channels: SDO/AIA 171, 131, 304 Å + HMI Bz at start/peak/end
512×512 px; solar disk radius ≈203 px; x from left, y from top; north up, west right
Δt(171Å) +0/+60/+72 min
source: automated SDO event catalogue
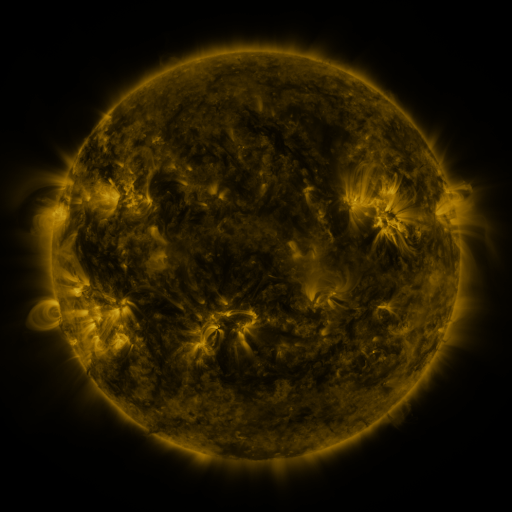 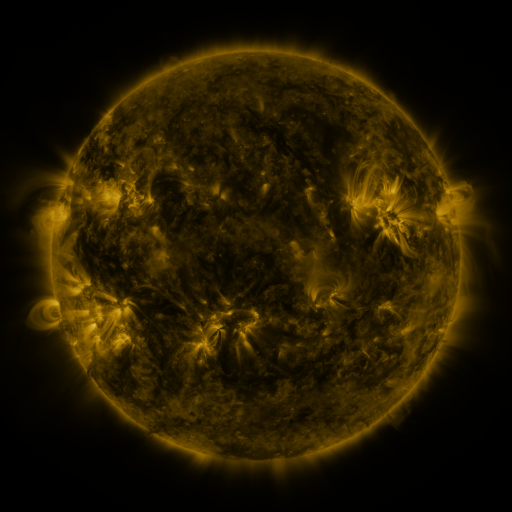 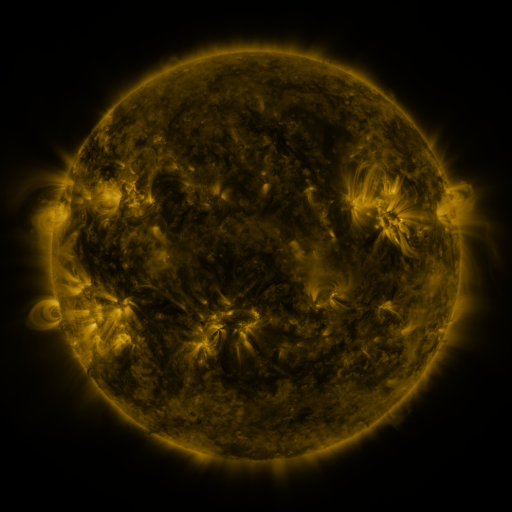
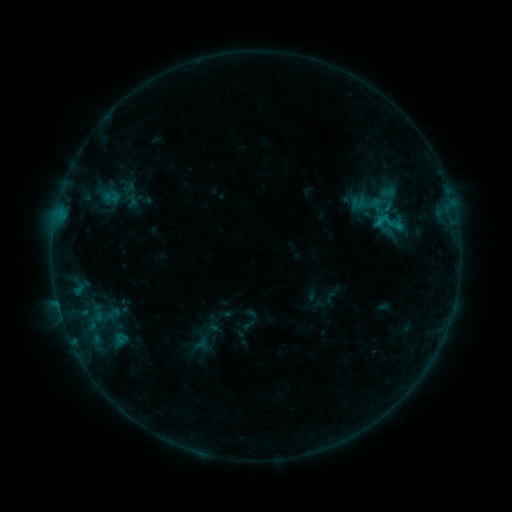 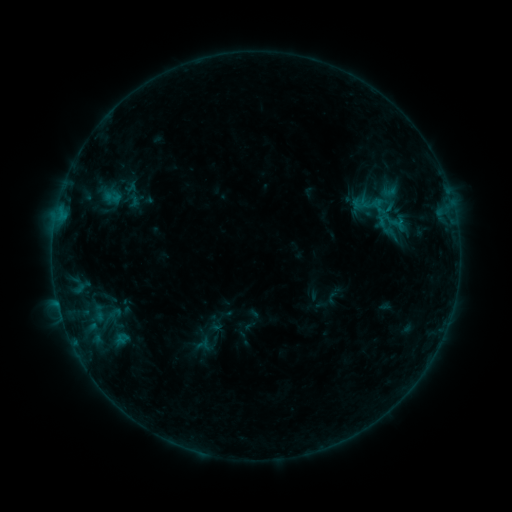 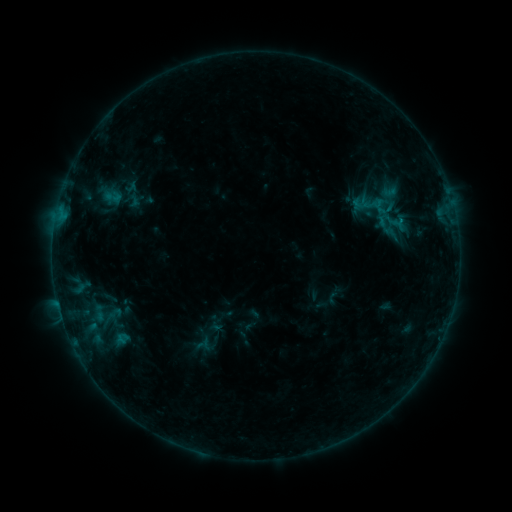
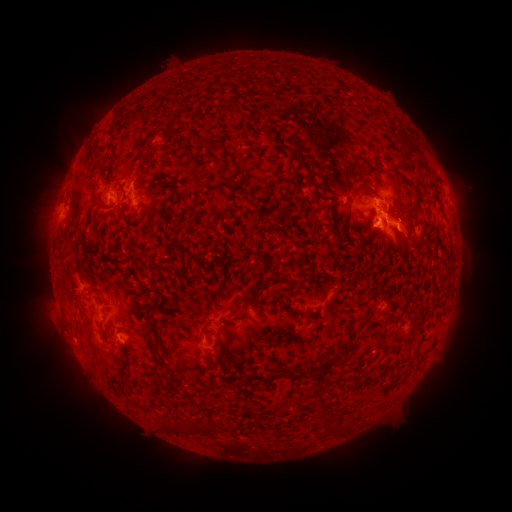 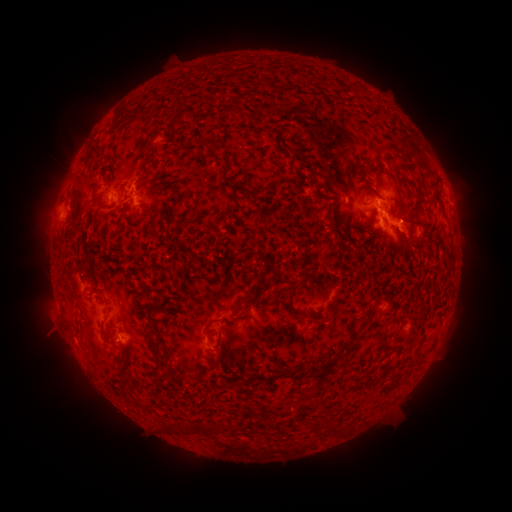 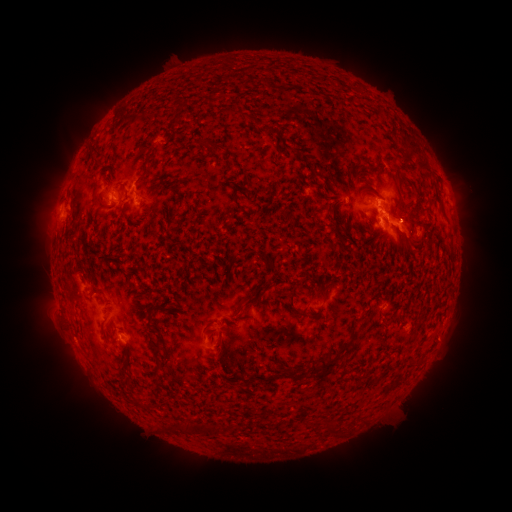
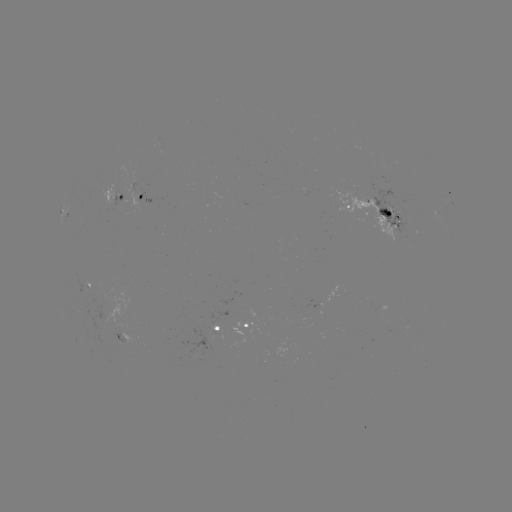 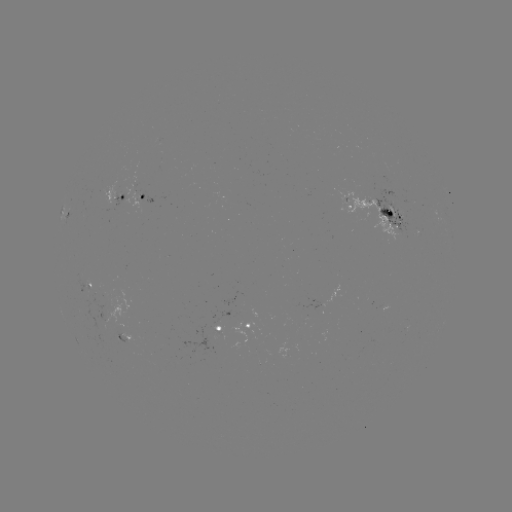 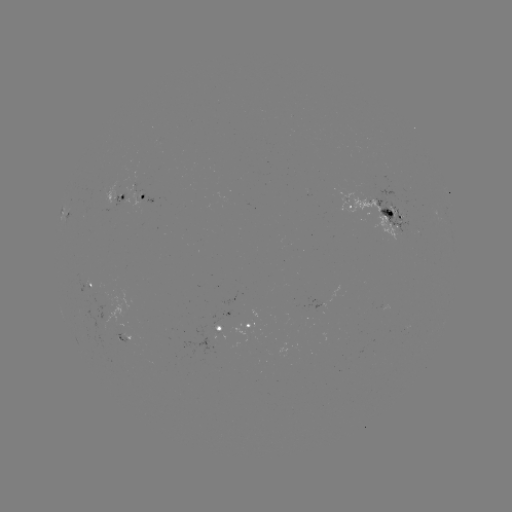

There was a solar emerging-flux region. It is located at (320, 304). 